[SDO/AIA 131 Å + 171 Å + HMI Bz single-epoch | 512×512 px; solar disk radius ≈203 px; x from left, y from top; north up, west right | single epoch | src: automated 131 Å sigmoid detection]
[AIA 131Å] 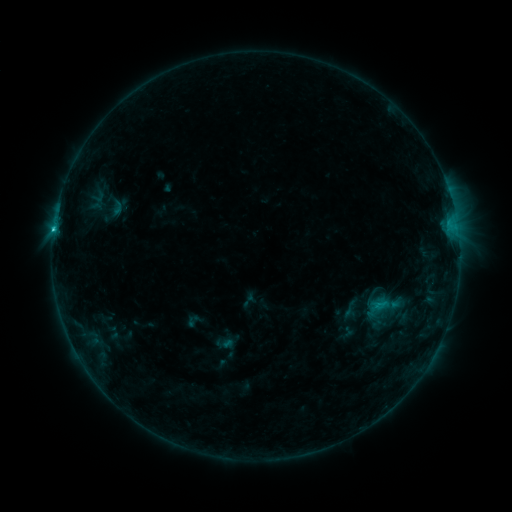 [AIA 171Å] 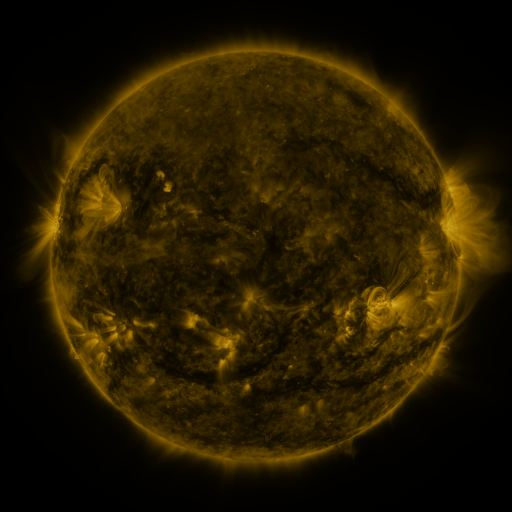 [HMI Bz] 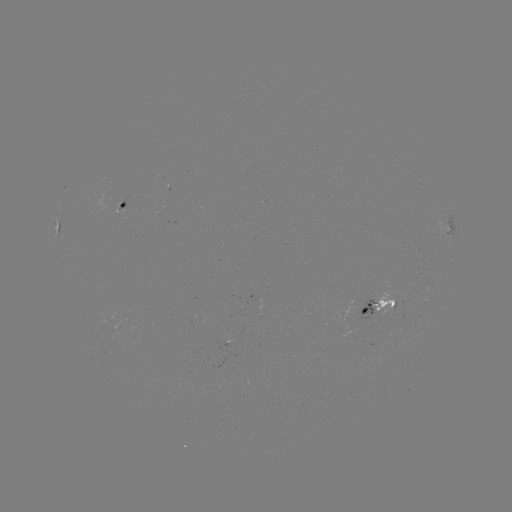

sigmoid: (339, 299, 359, 319)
